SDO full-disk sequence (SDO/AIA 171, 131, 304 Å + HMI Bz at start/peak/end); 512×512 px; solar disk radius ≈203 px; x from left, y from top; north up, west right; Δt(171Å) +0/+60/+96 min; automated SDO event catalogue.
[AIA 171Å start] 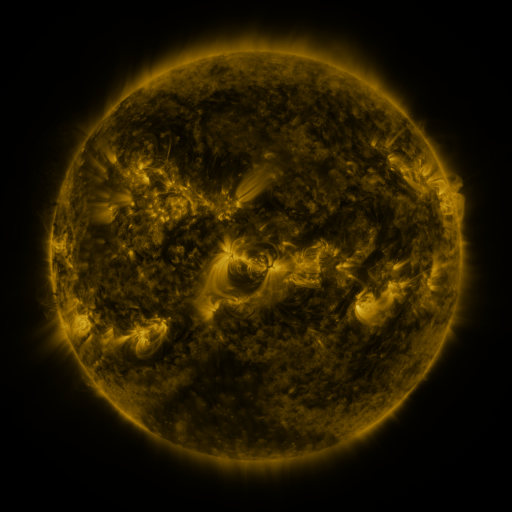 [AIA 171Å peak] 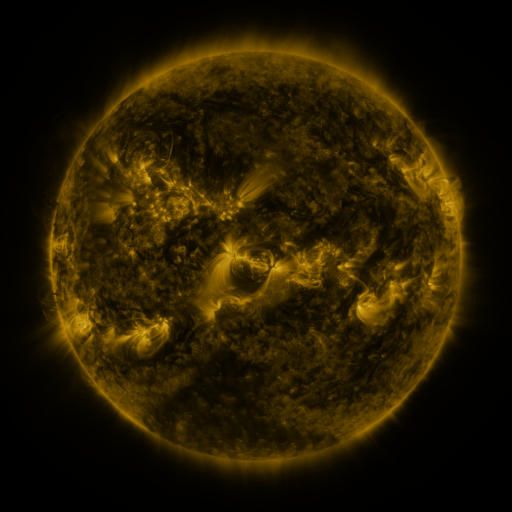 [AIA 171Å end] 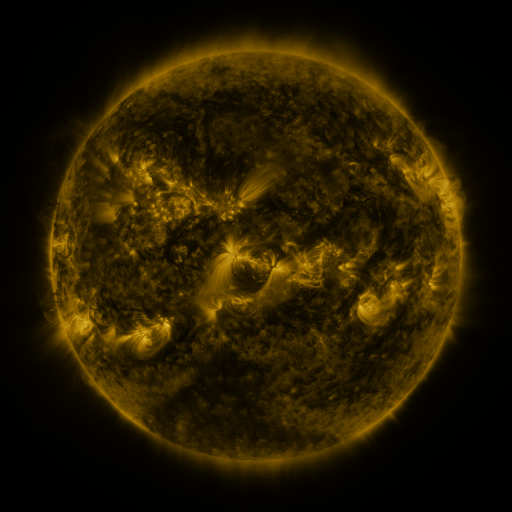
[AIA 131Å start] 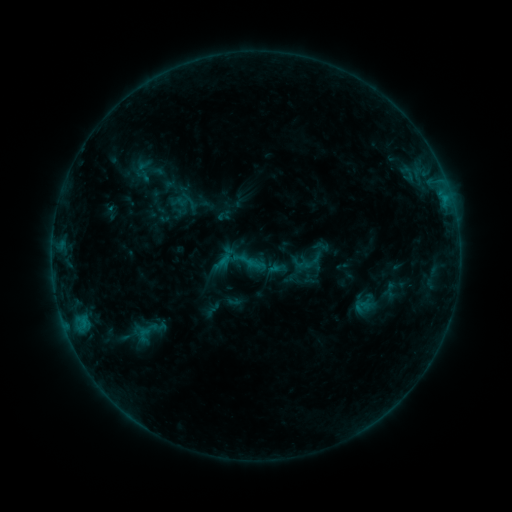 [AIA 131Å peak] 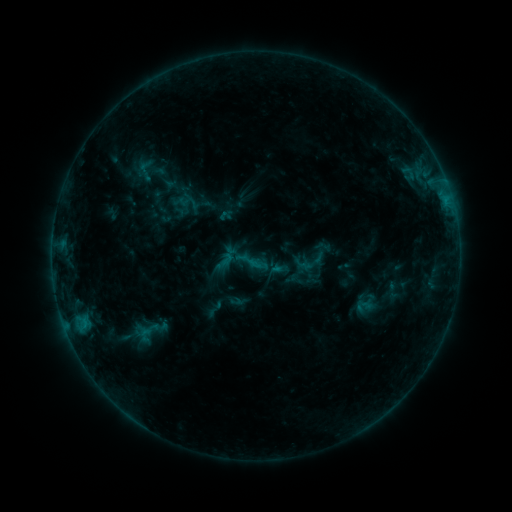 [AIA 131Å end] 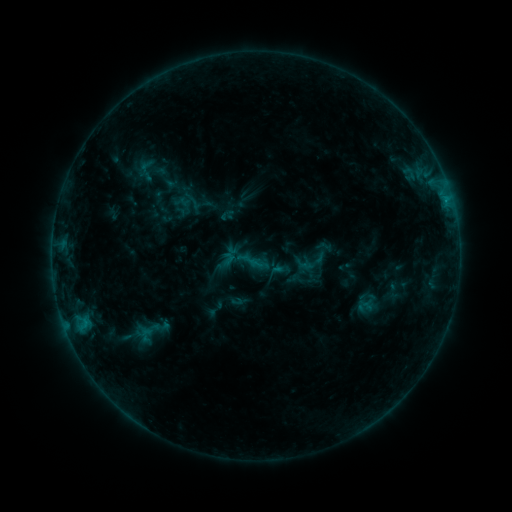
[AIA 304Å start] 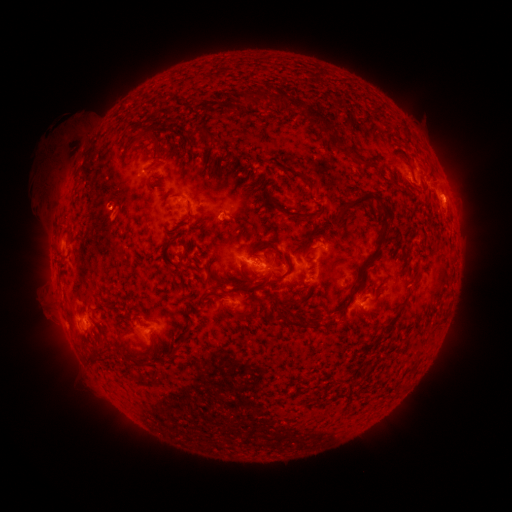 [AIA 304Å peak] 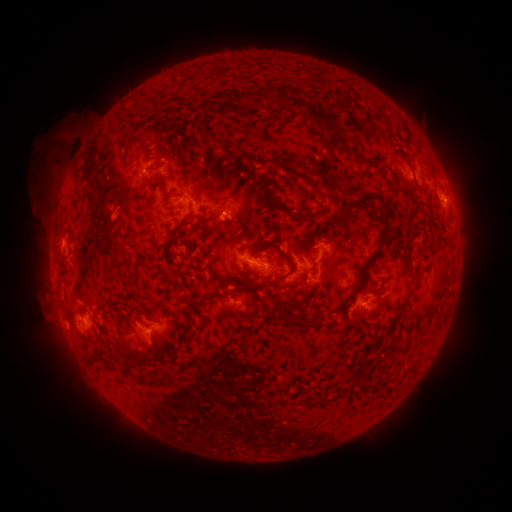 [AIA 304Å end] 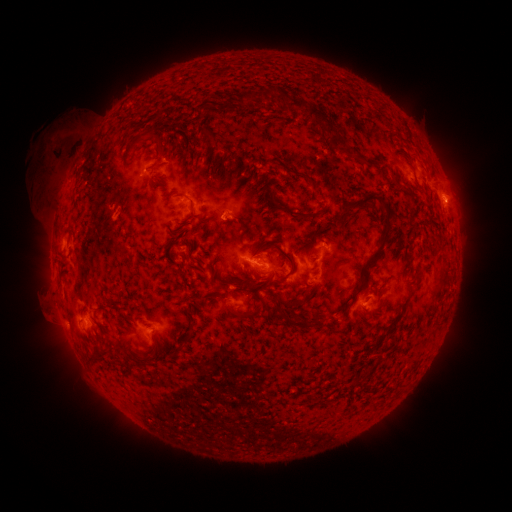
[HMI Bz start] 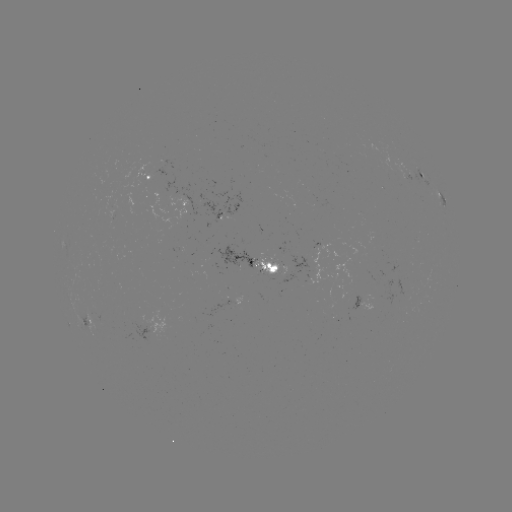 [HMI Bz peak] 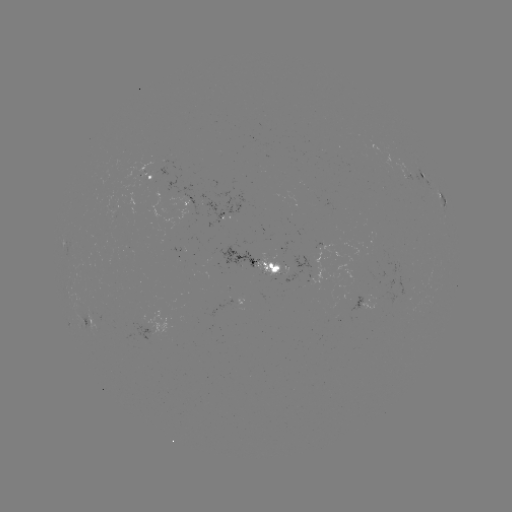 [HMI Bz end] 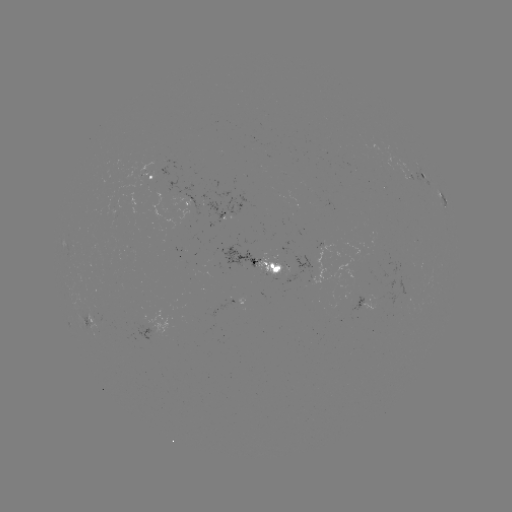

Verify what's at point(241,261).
emerging-flux region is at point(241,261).